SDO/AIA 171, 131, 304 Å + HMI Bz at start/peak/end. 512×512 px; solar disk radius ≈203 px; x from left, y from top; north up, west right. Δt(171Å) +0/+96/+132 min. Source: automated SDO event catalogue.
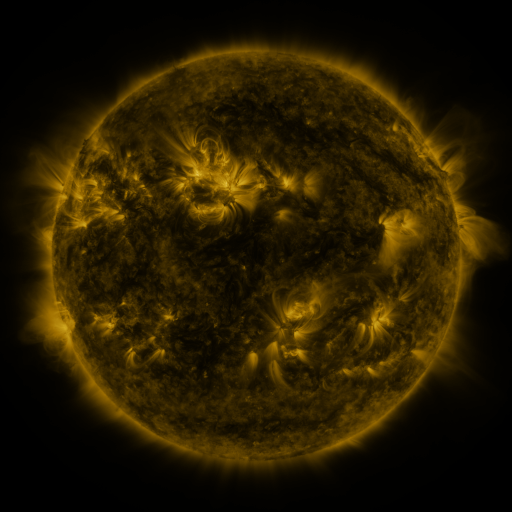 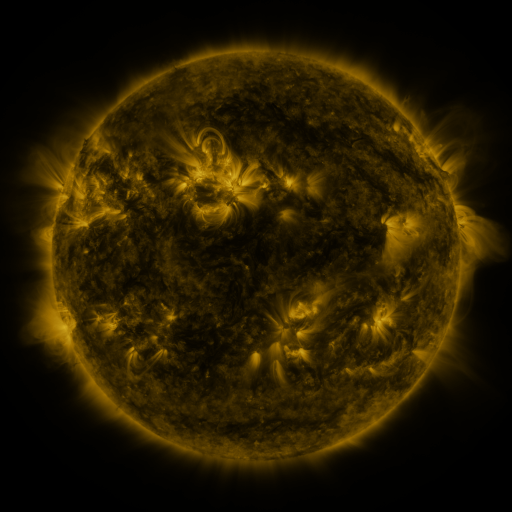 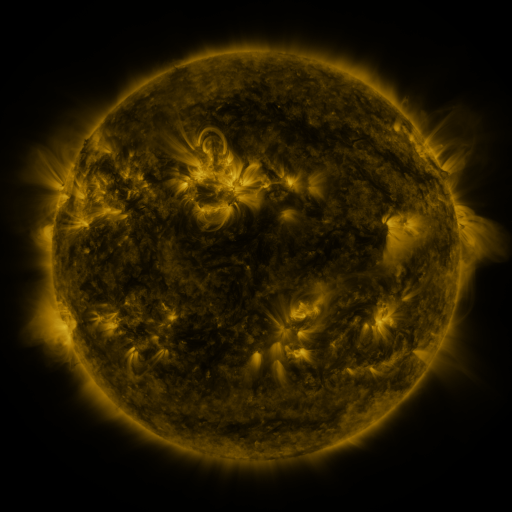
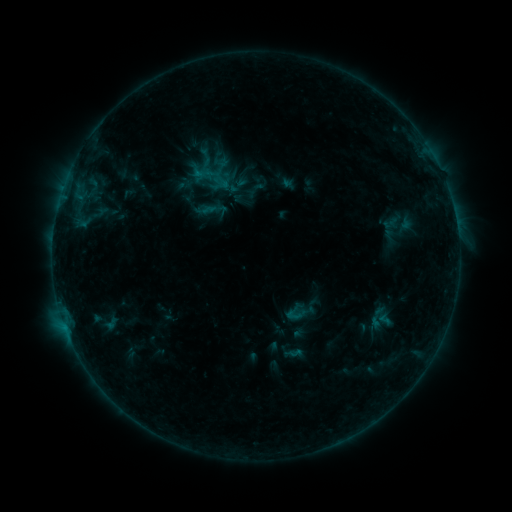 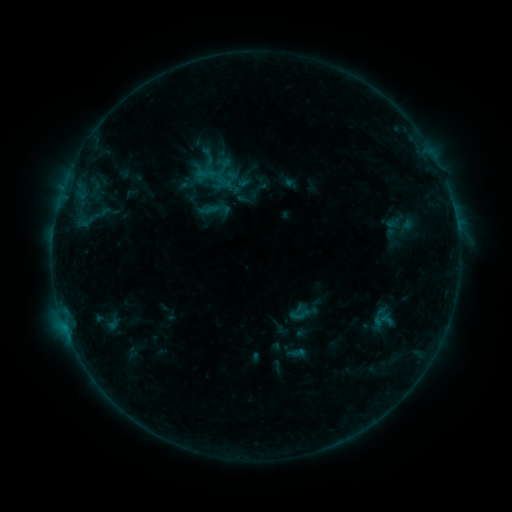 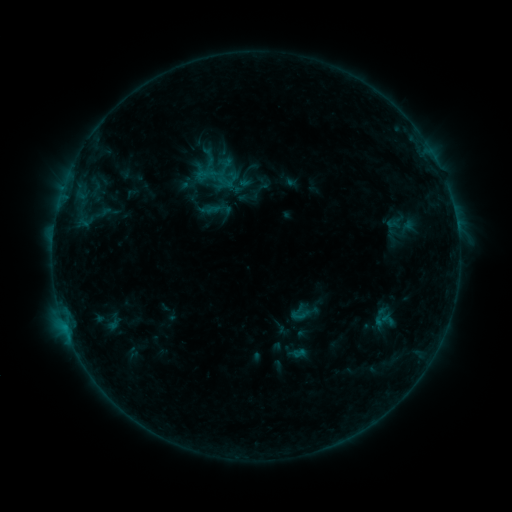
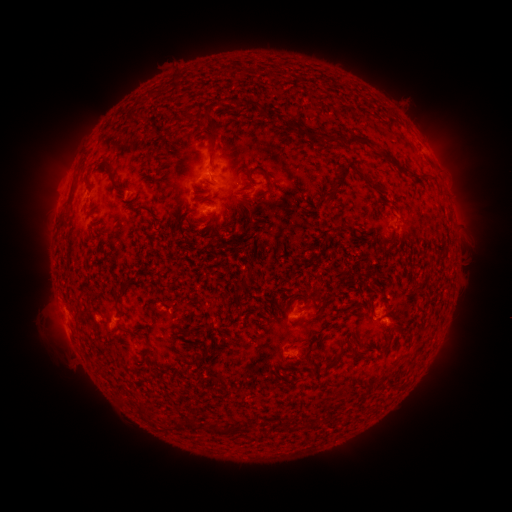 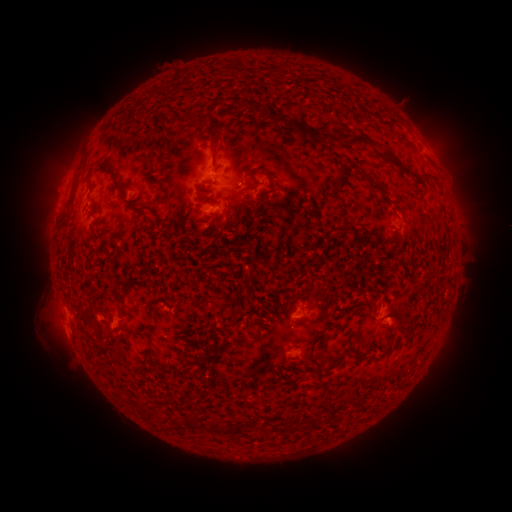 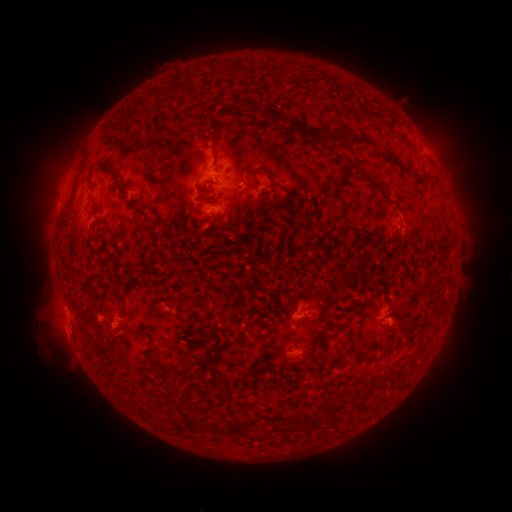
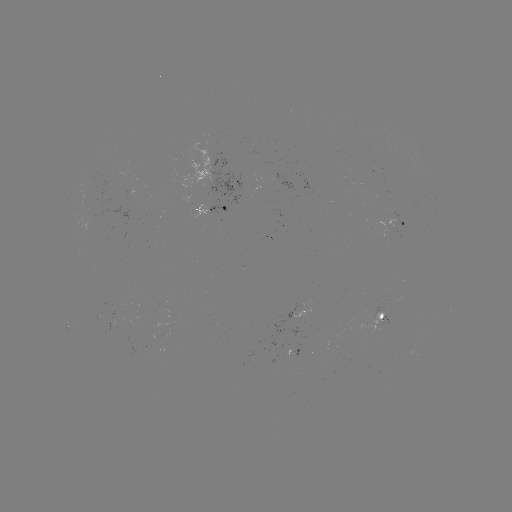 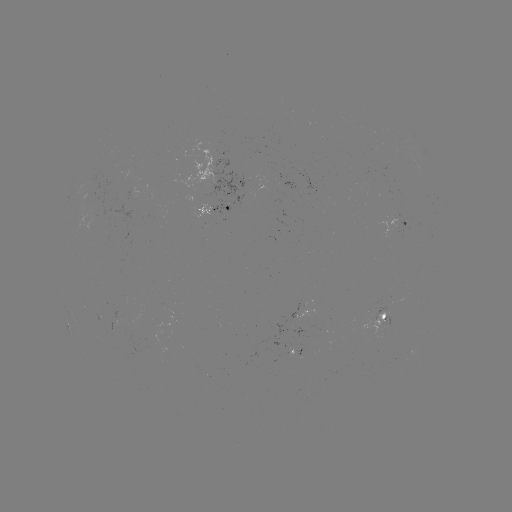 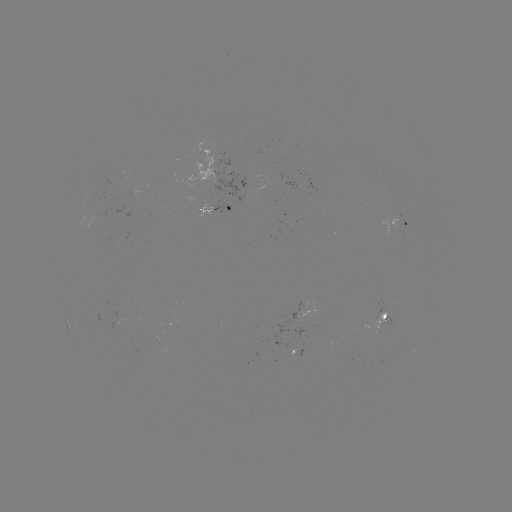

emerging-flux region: <bbox>380, 221, 394, 238</bbox>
